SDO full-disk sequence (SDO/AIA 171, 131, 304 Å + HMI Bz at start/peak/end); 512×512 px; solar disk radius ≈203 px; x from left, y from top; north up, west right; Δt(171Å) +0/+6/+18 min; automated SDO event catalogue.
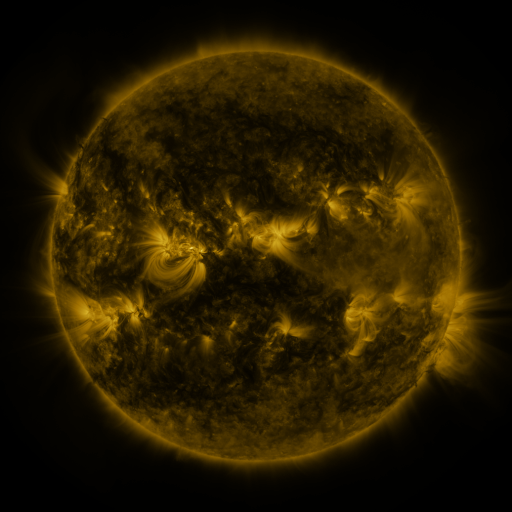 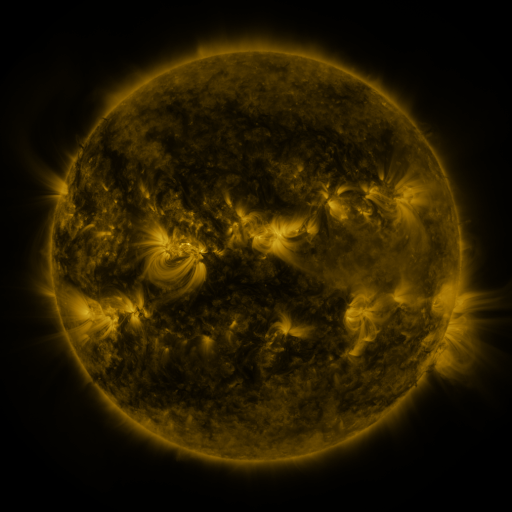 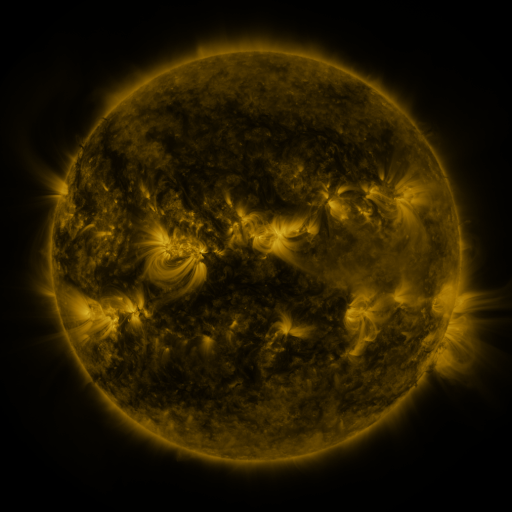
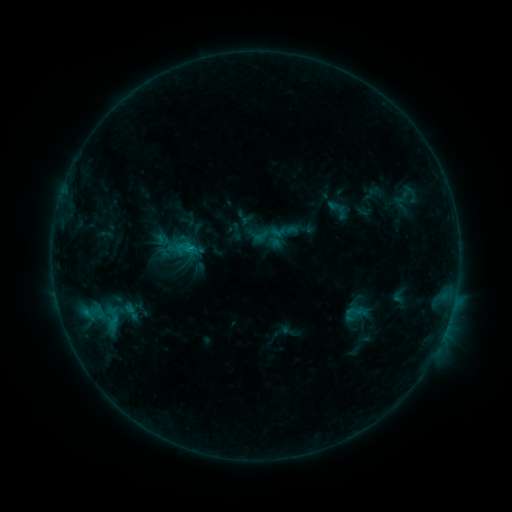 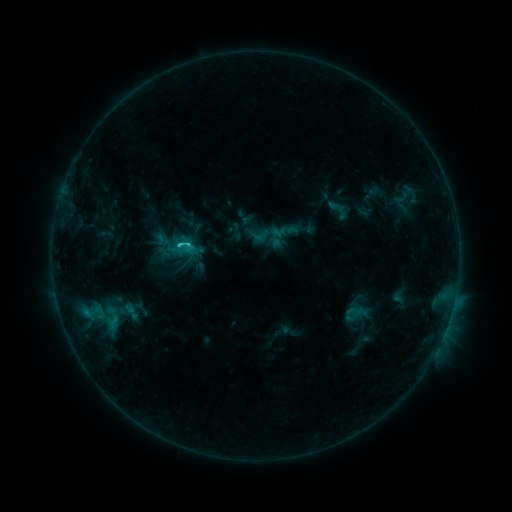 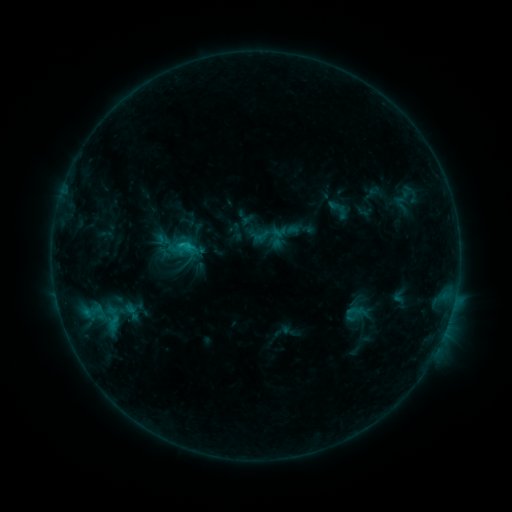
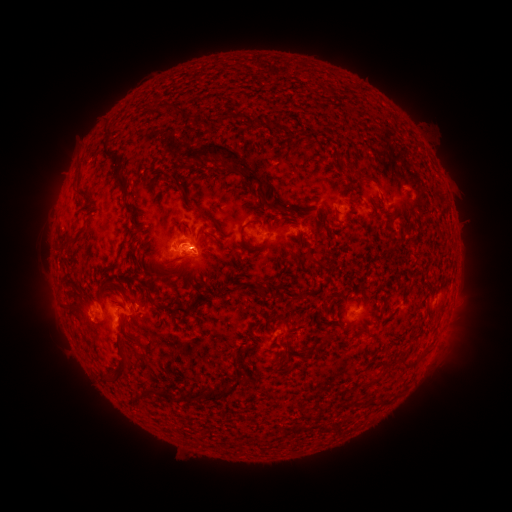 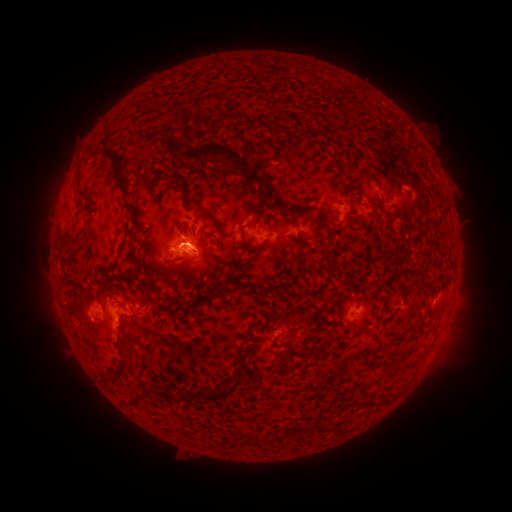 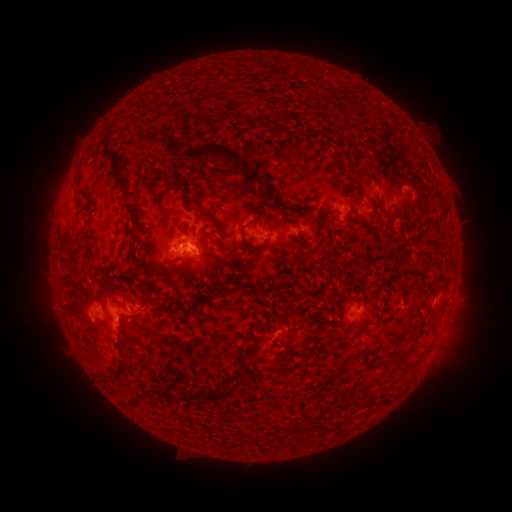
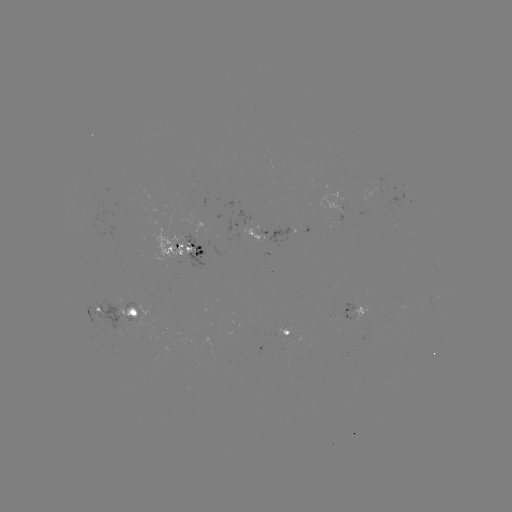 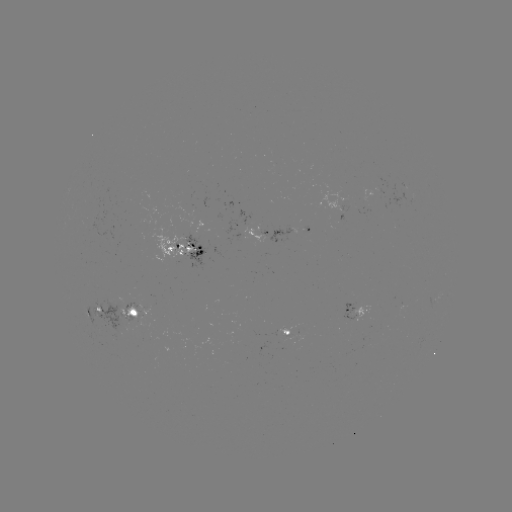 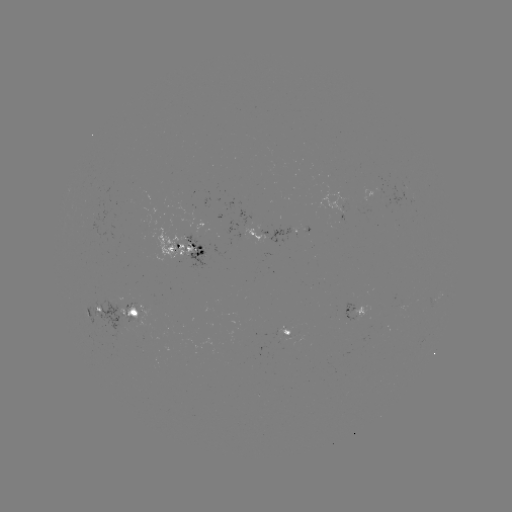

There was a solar flare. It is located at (190, 245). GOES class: C1.6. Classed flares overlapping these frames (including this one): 2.